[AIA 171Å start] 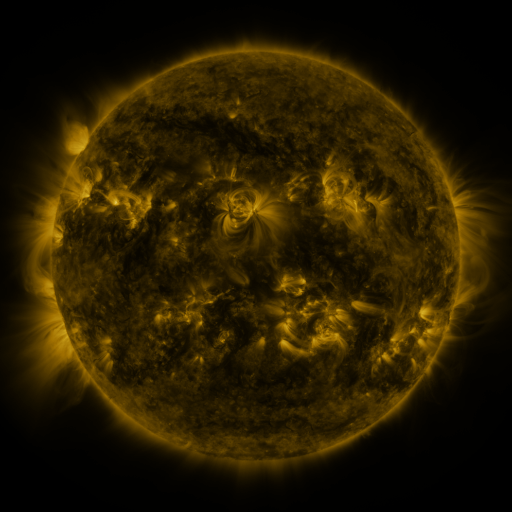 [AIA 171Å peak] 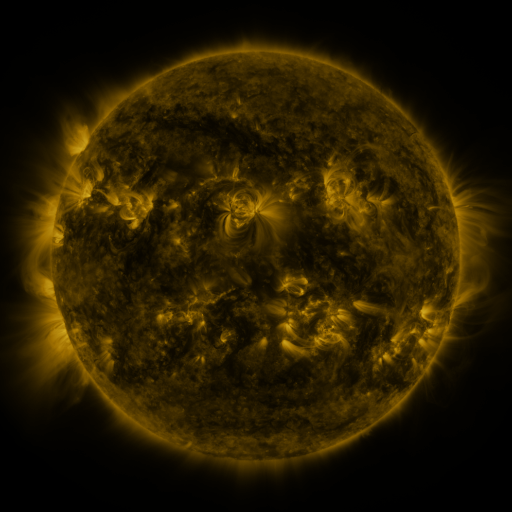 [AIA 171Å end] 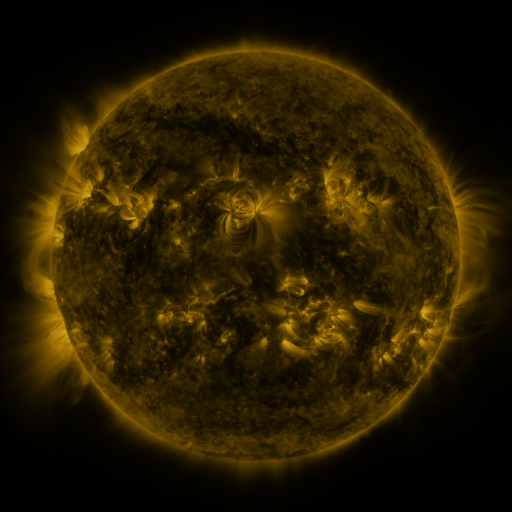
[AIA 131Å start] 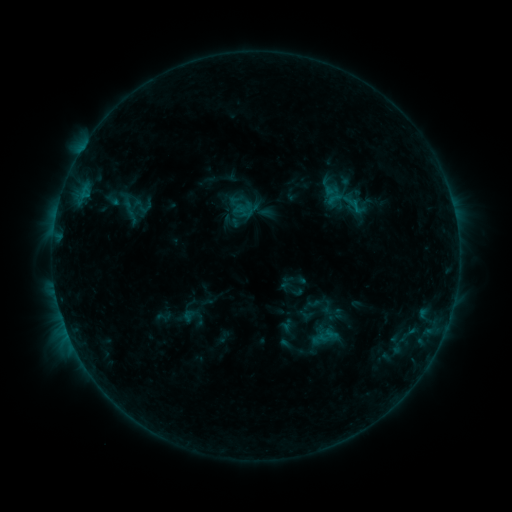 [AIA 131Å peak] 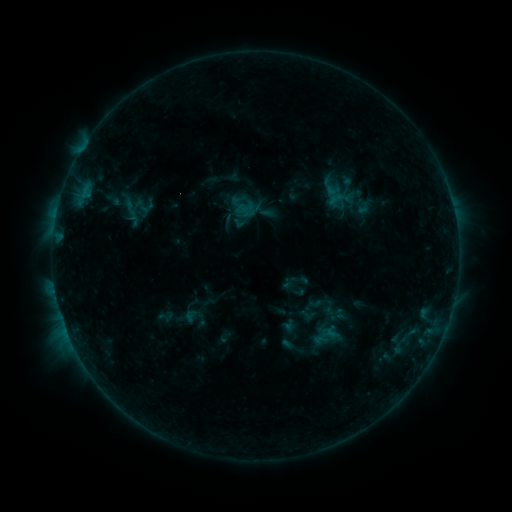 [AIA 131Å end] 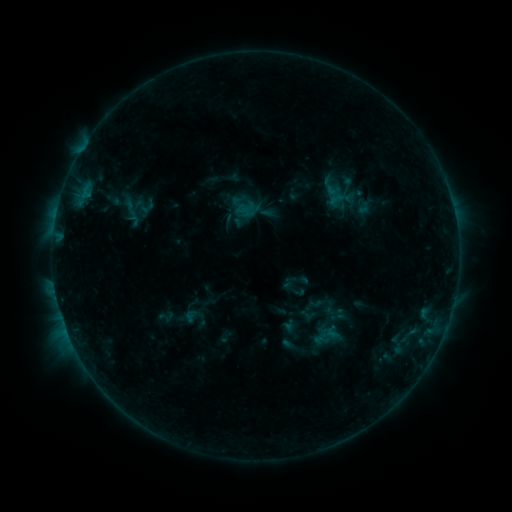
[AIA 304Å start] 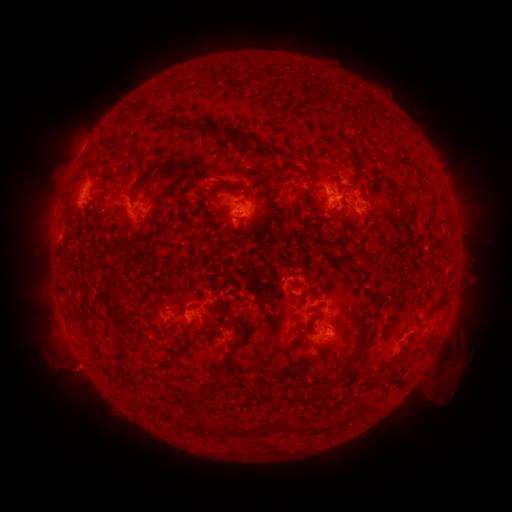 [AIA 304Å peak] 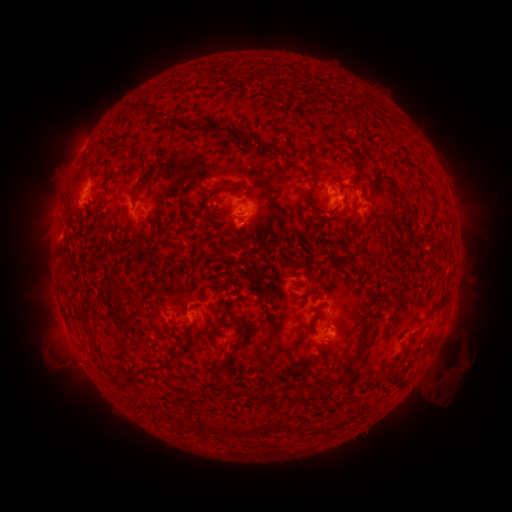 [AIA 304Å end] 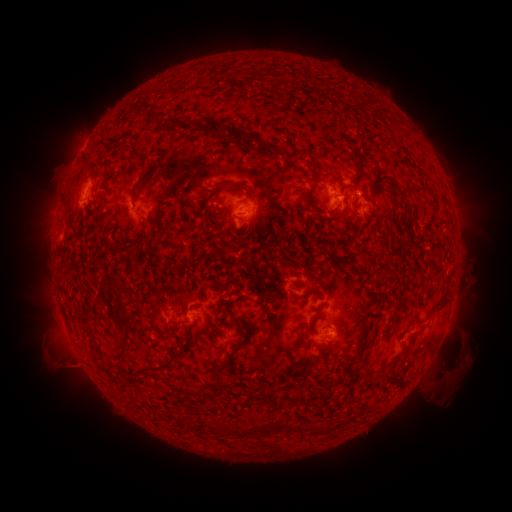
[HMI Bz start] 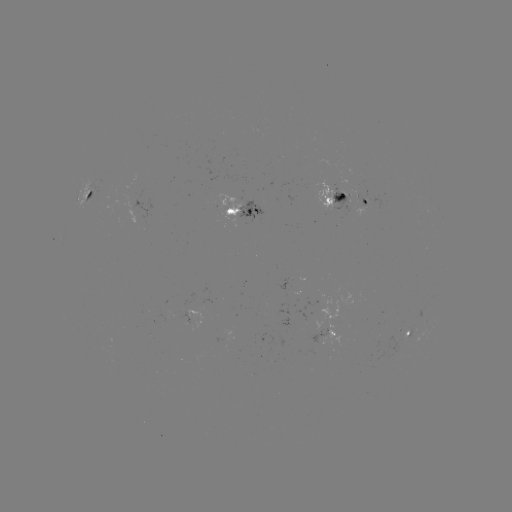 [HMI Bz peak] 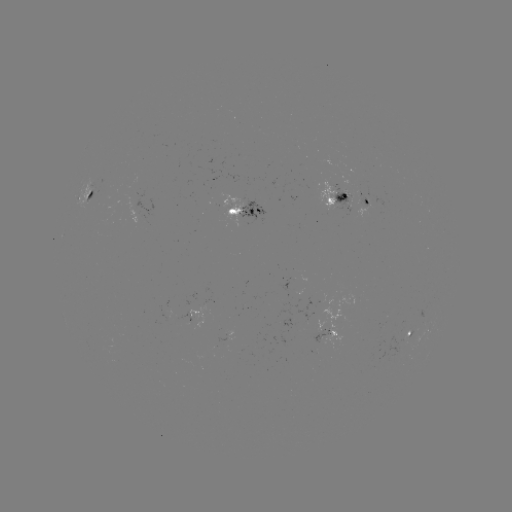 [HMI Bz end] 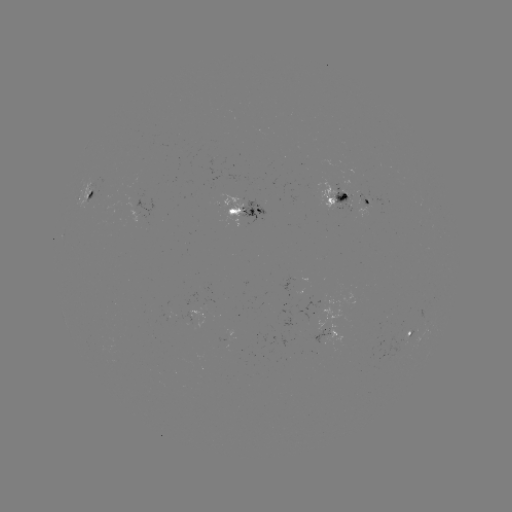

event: emerging-flux region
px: (321, 336)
